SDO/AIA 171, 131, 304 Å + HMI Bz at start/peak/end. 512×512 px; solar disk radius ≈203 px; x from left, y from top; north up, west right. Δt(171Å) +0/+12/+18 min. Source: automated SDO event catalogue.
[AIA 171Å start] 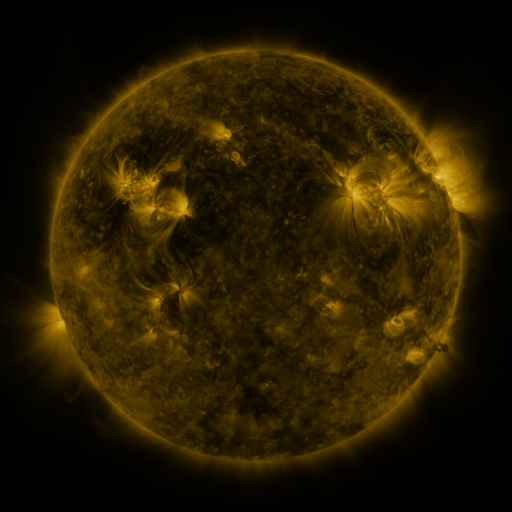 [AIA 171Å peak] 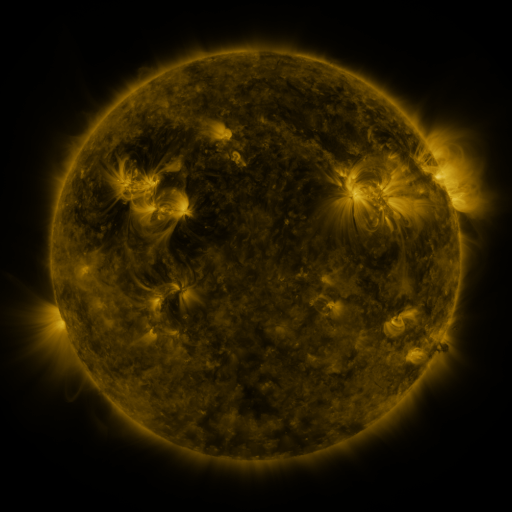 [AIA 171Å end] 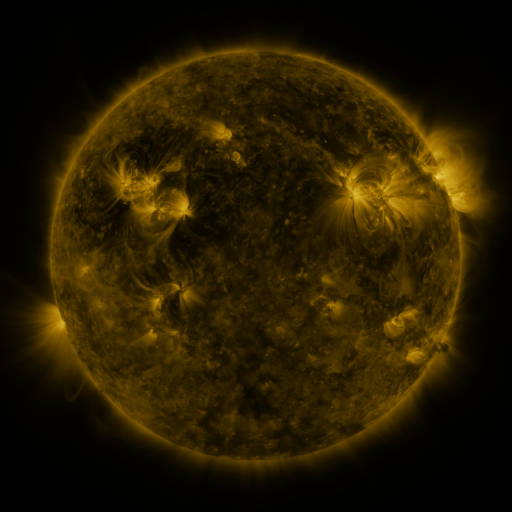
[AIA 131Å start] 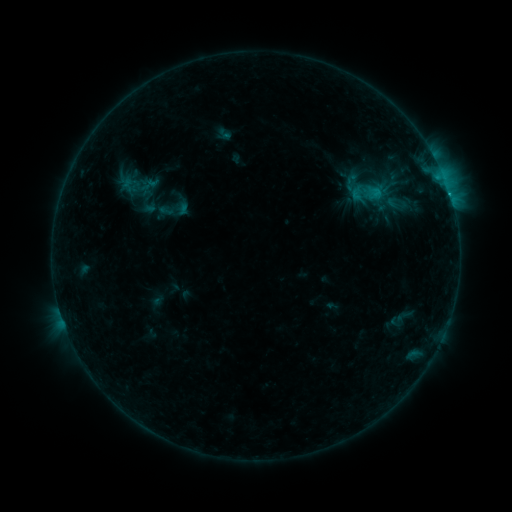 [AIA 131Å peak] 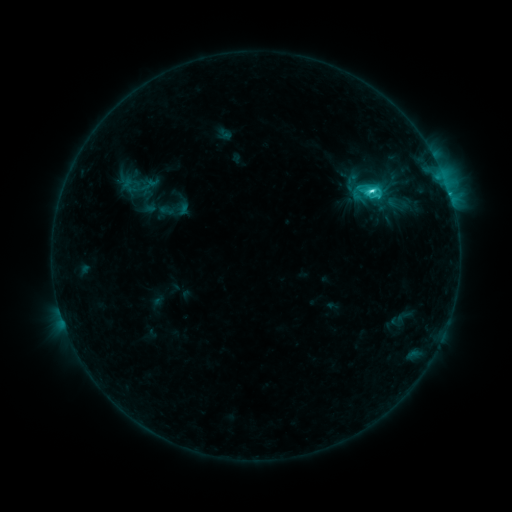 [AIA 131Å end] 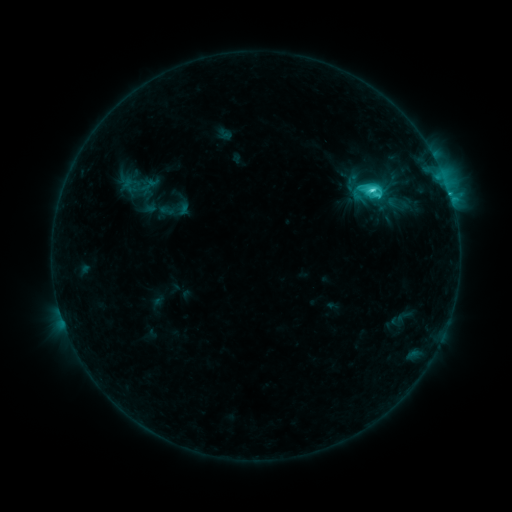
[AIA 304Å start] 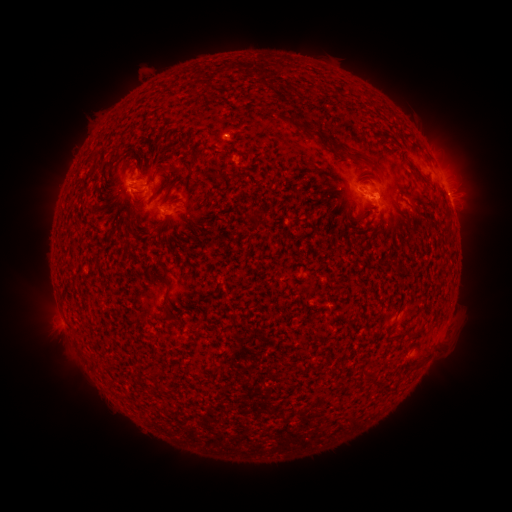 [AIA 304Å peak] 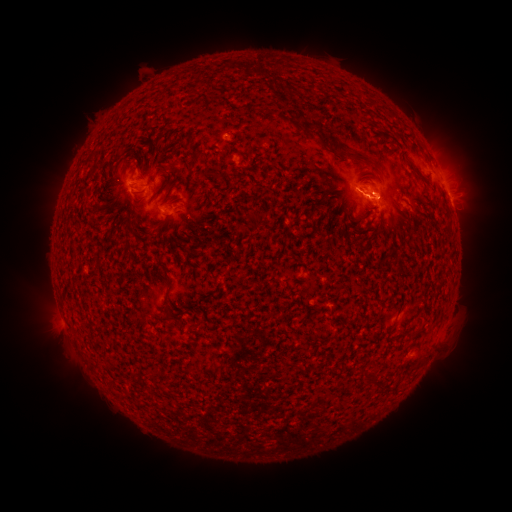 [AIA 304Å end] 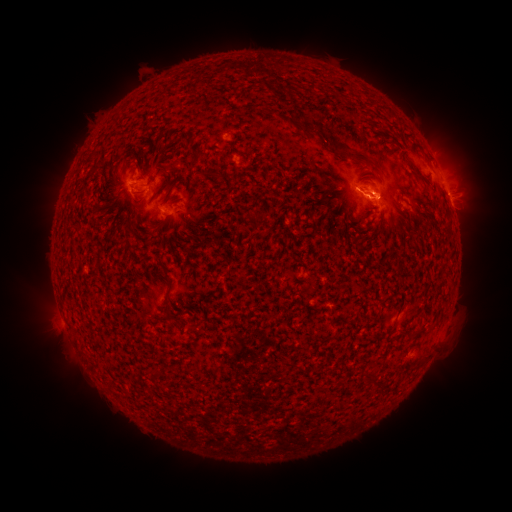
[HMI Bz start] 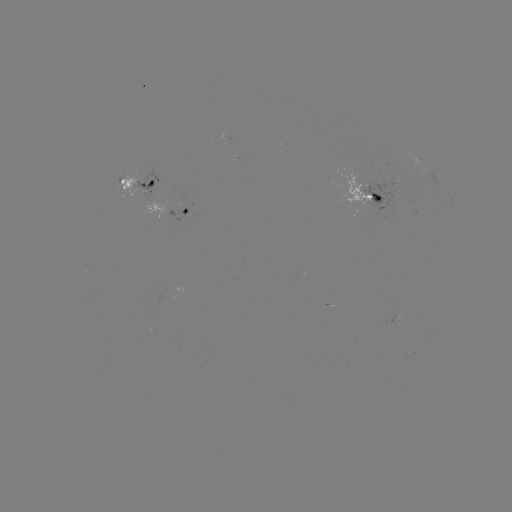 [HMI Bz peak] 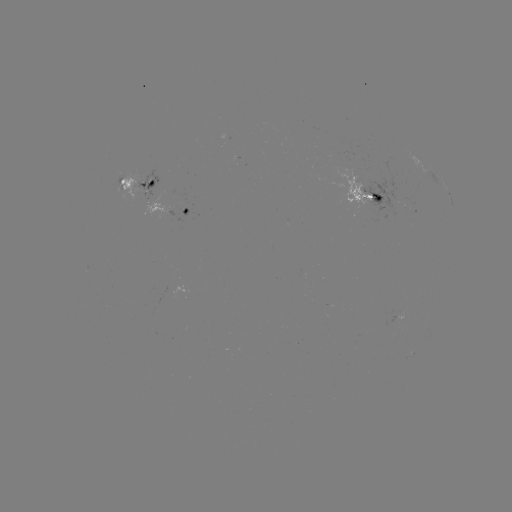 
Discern C5.7 flare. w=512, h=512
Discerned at [369, 194].